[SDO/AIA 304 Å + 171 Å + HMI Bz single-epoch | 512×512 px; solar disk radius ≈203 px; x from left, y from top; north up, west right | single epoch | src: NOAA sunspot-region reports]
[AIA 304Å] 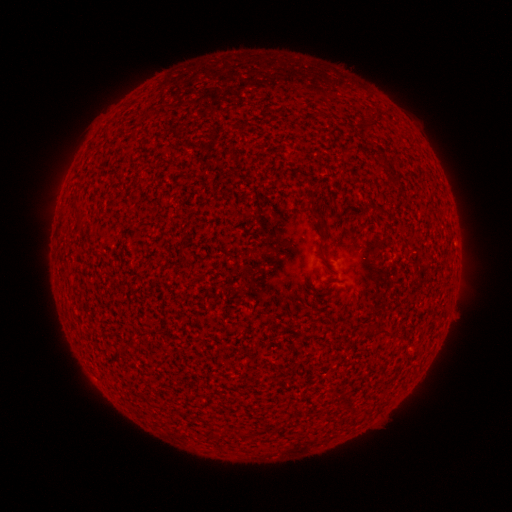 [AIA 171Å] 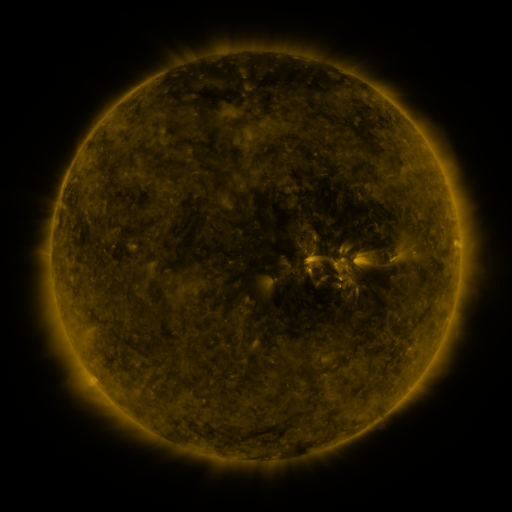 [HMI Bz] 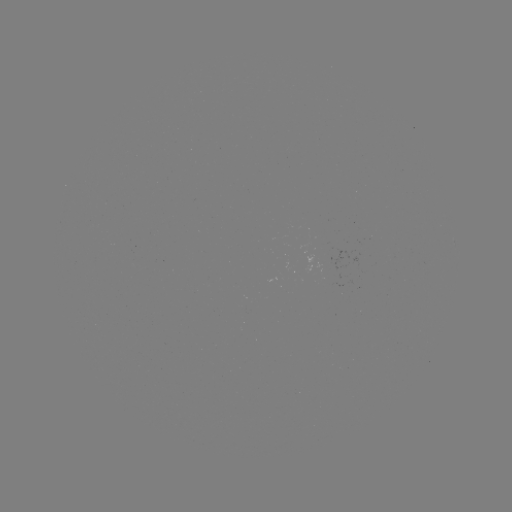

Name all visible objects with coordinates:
(none)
